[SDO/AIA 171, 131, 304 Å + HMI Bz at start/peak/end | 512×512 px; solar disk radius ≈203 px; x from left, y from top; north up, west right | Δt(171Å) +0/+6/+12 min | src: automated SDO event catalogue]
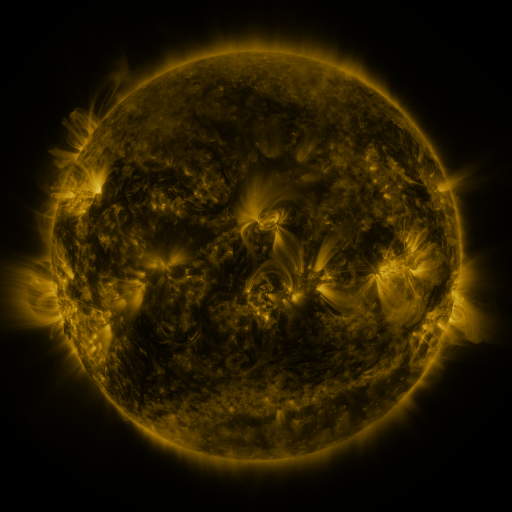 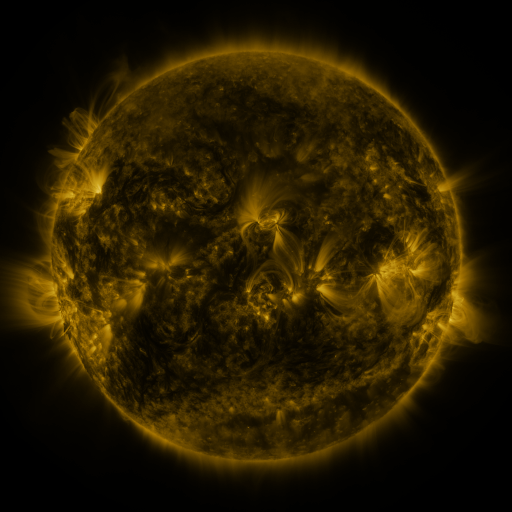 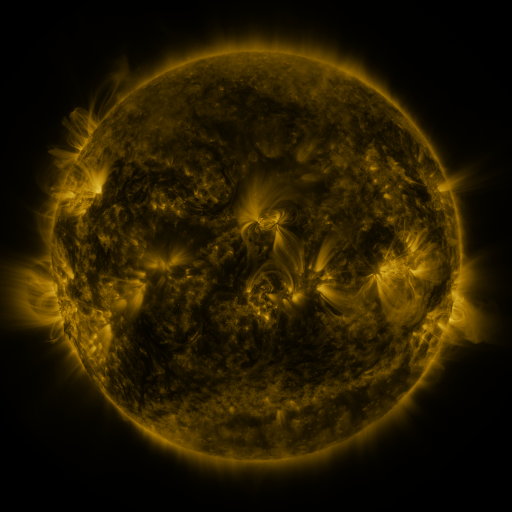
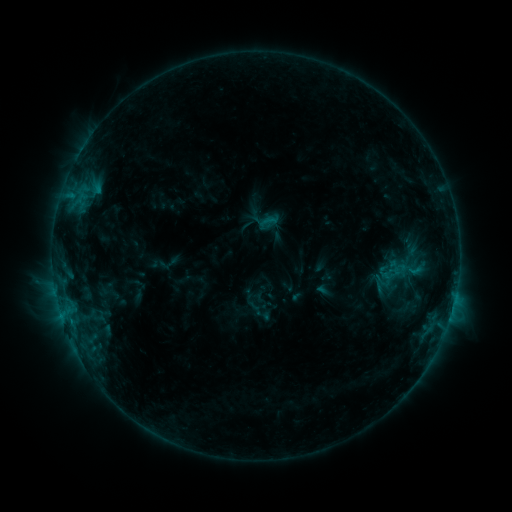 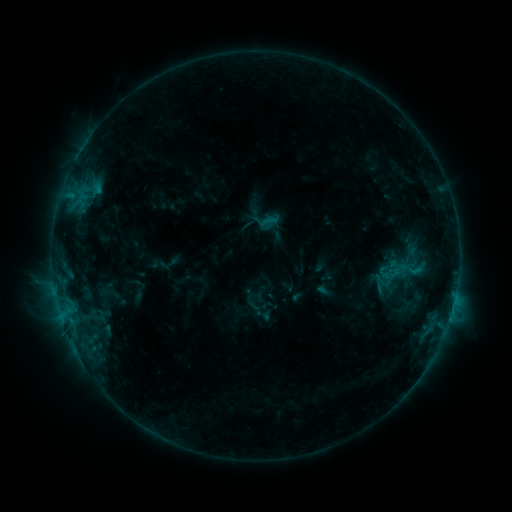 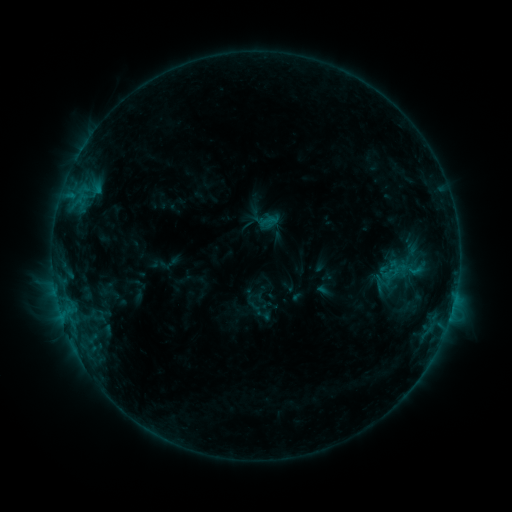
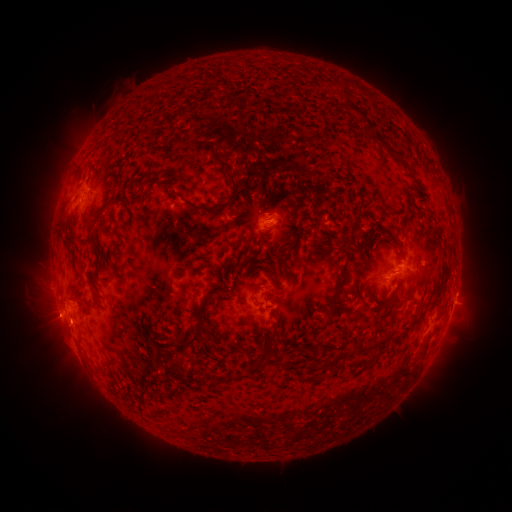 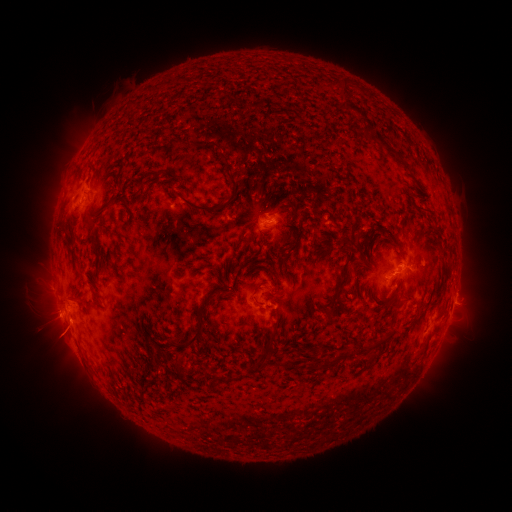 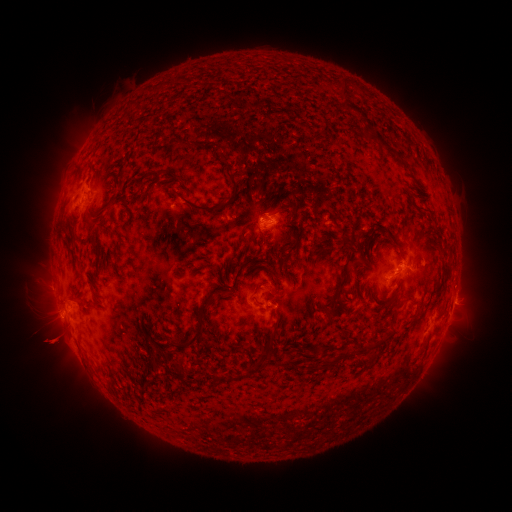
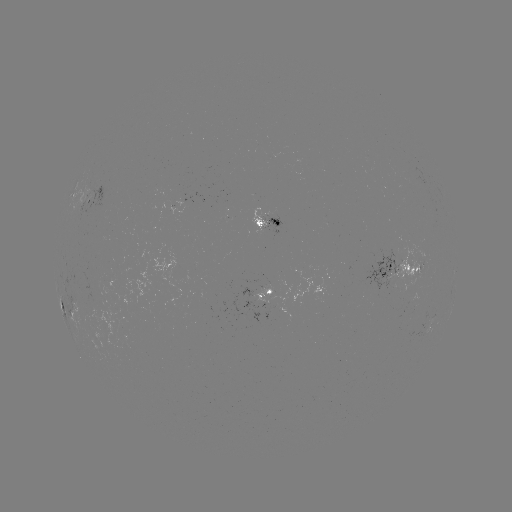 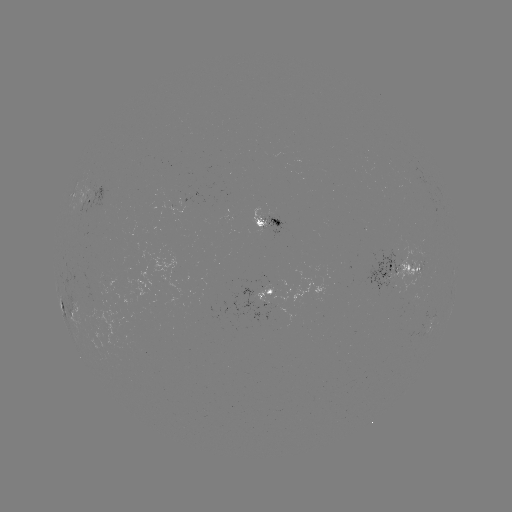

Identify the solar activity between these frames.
eruption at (58, 342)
